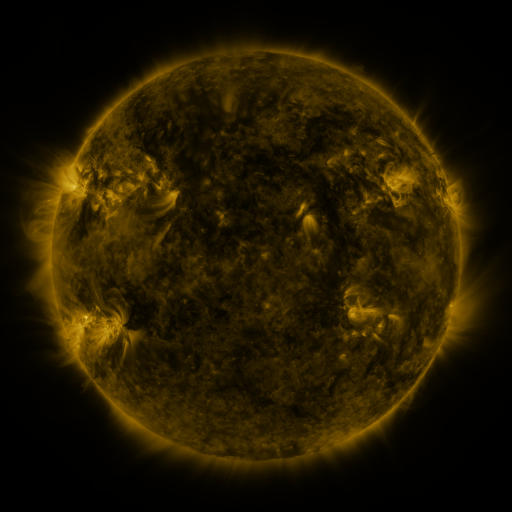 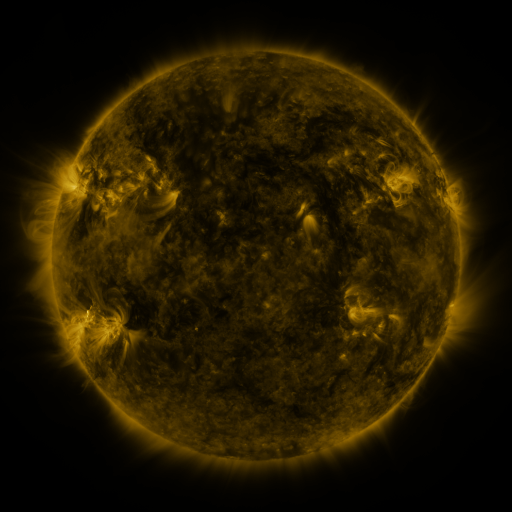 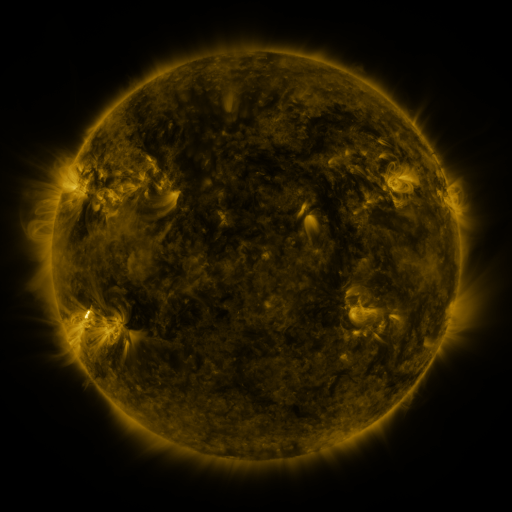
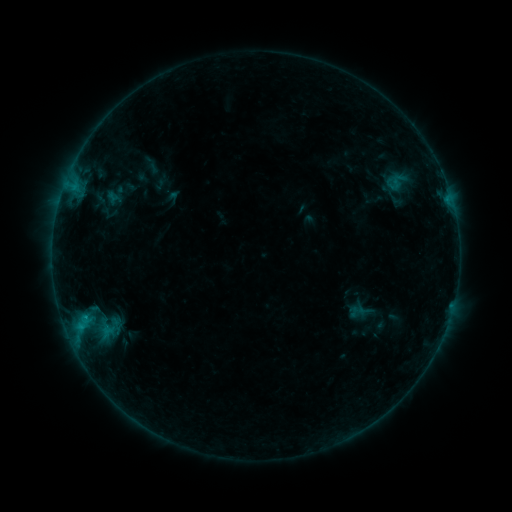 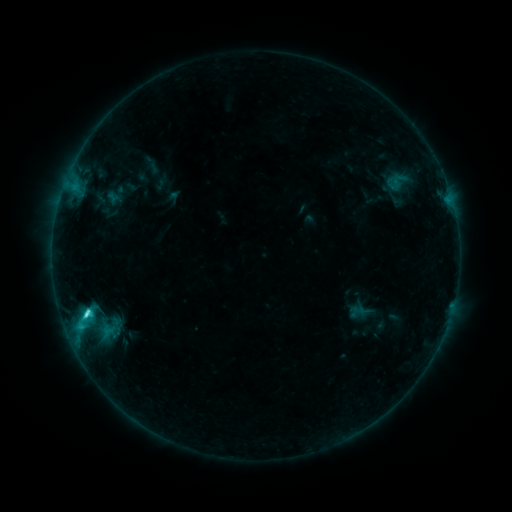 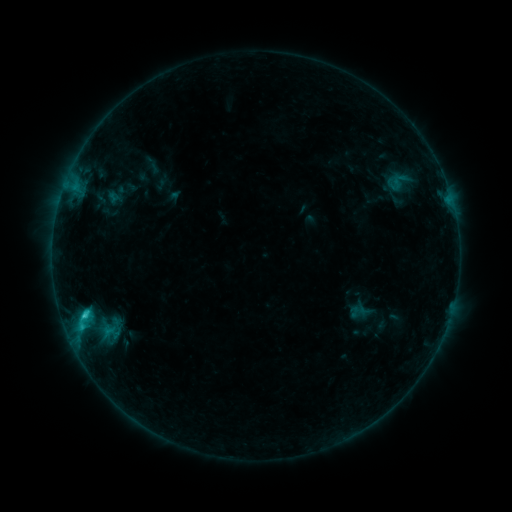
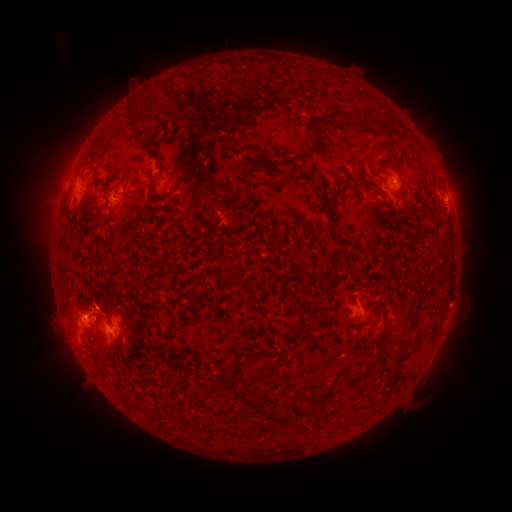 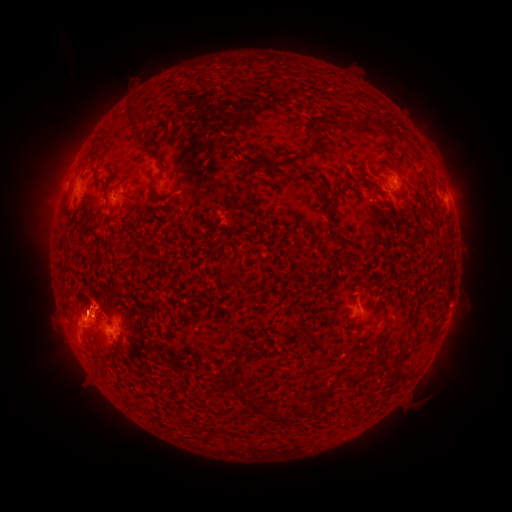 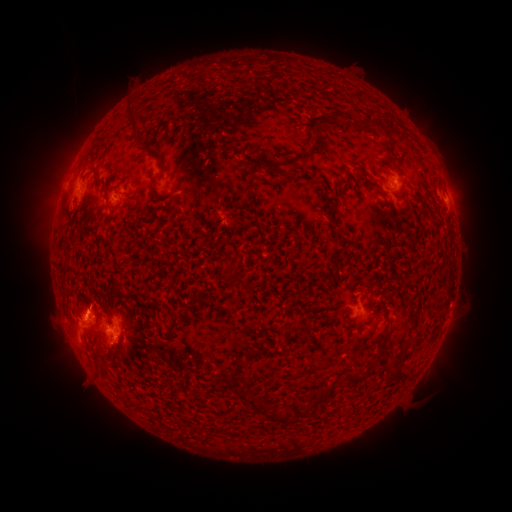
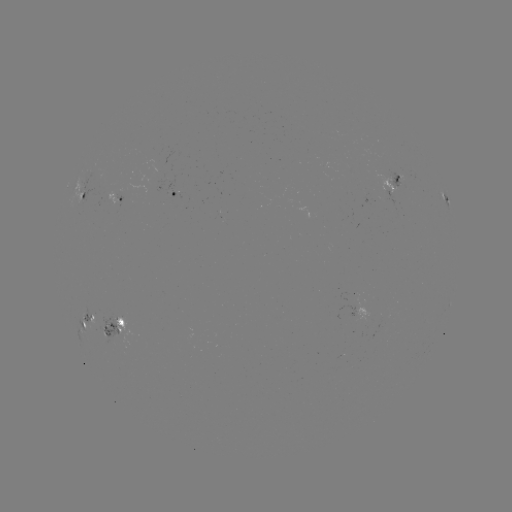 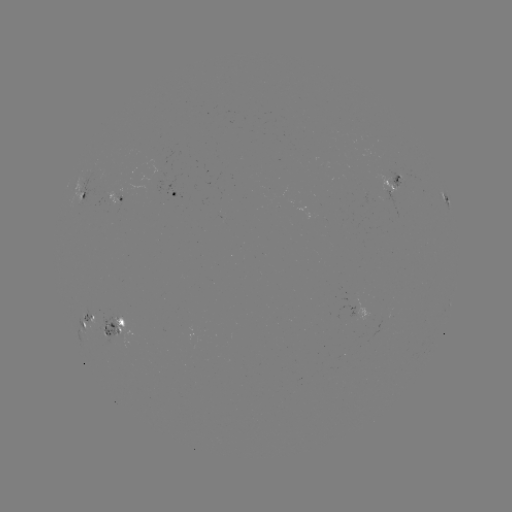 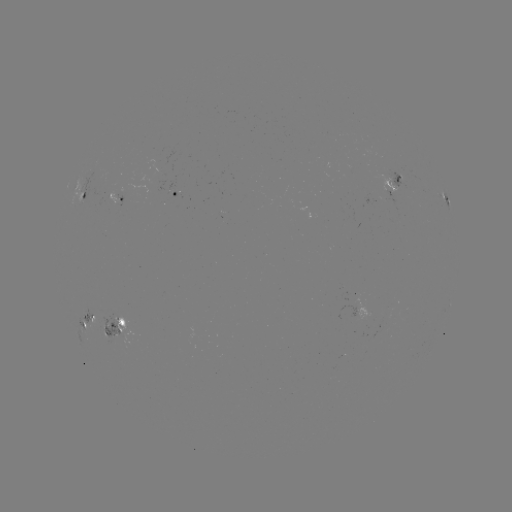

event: flare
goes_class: C2.8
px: (89, 313)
